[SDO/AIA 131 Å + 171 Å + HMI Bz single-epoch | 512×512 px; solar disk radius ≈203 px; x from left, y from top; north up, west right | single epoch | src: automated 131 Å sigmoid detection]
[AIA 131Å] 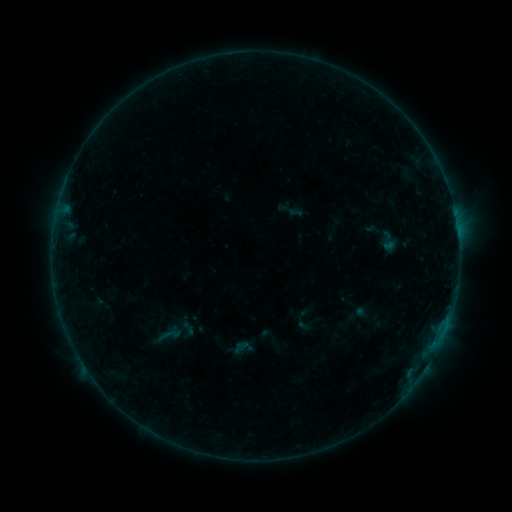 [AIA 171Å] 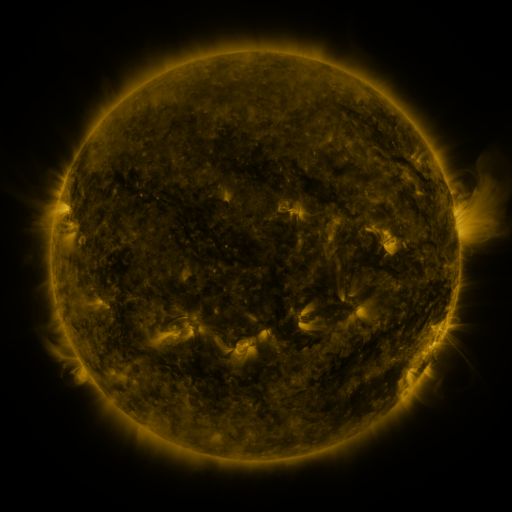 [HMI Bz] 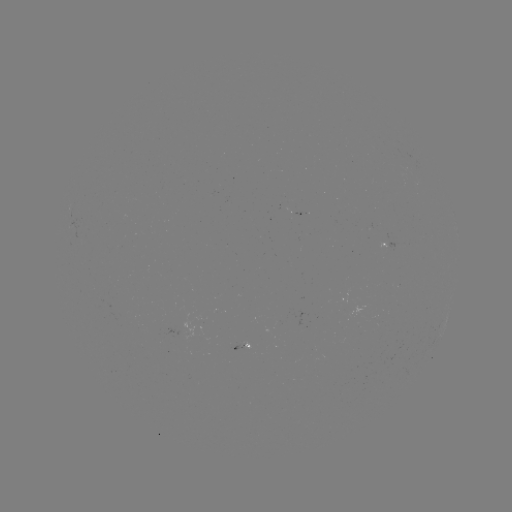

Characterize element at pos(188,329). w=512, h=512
sigmoid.